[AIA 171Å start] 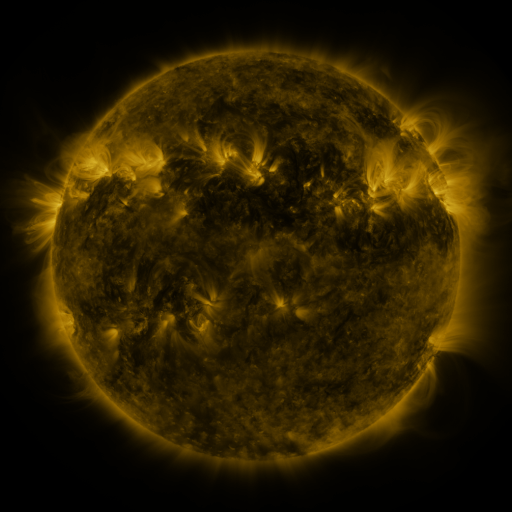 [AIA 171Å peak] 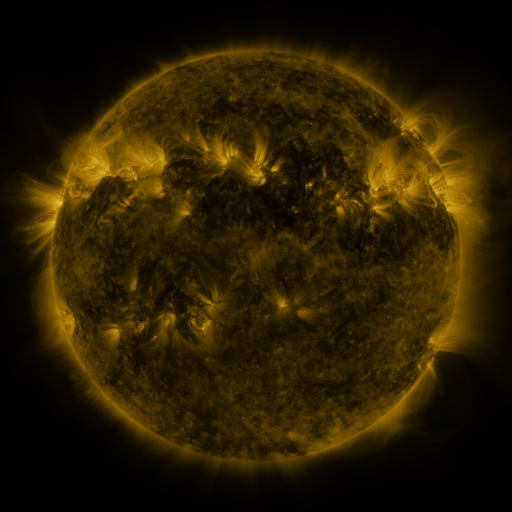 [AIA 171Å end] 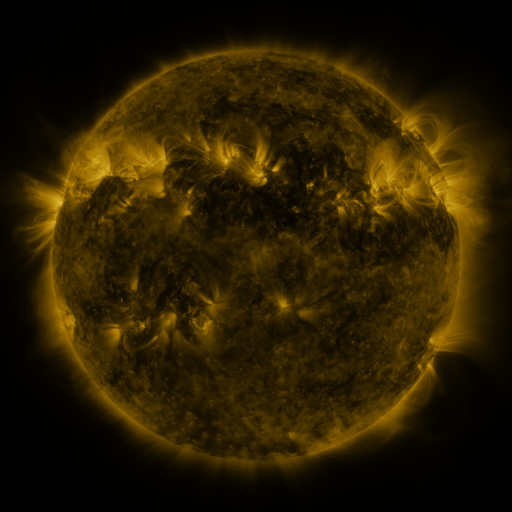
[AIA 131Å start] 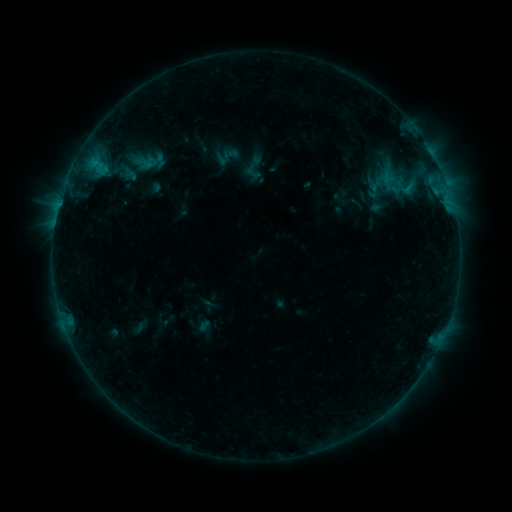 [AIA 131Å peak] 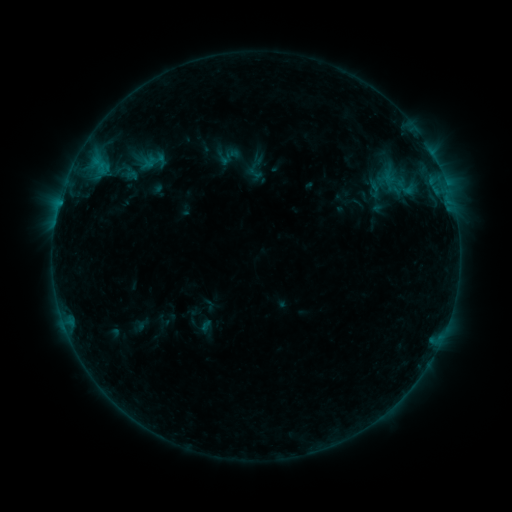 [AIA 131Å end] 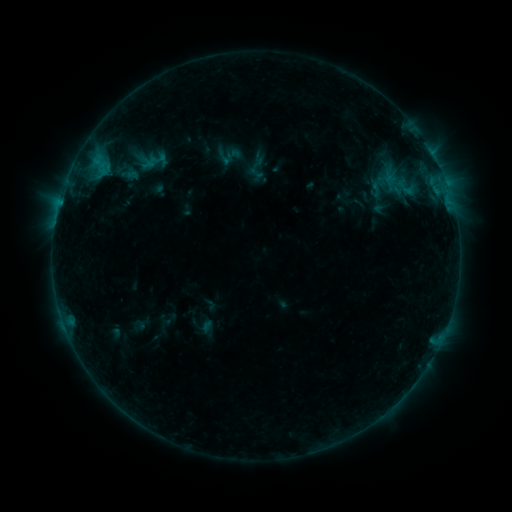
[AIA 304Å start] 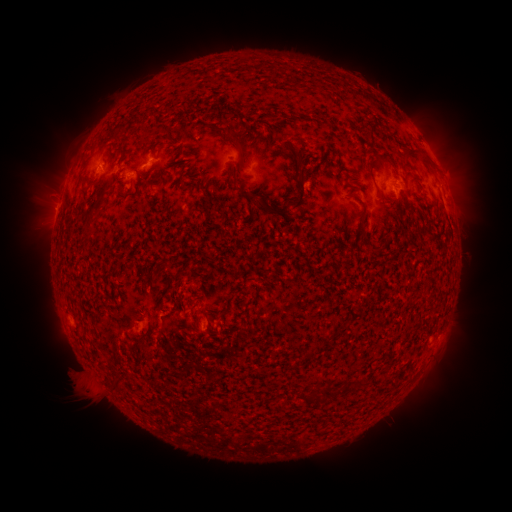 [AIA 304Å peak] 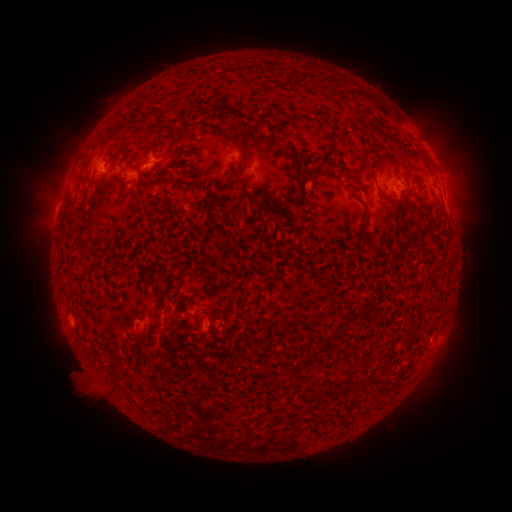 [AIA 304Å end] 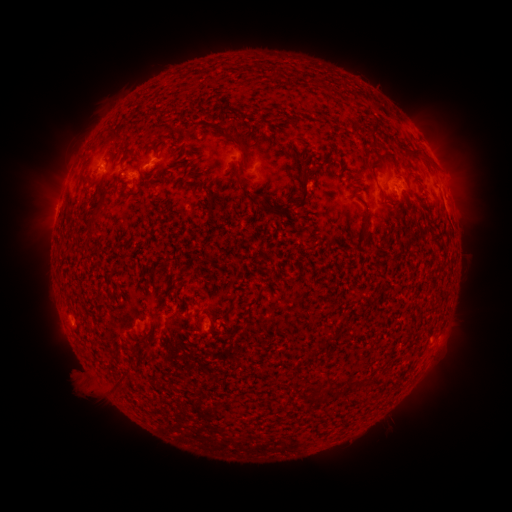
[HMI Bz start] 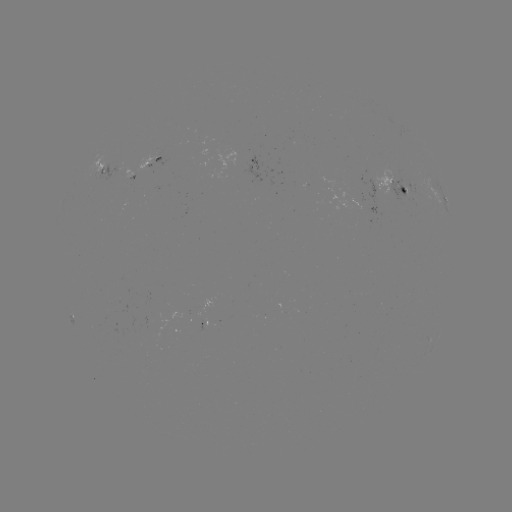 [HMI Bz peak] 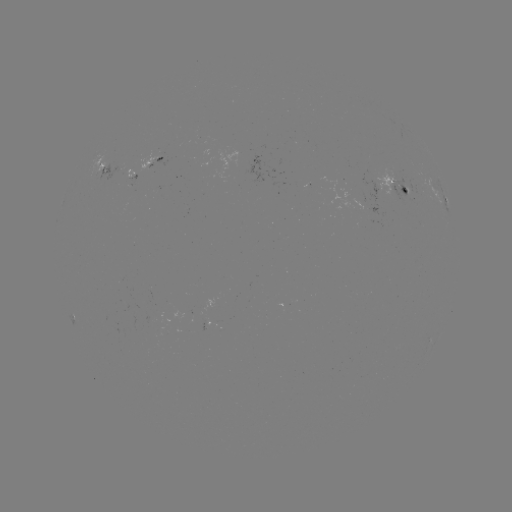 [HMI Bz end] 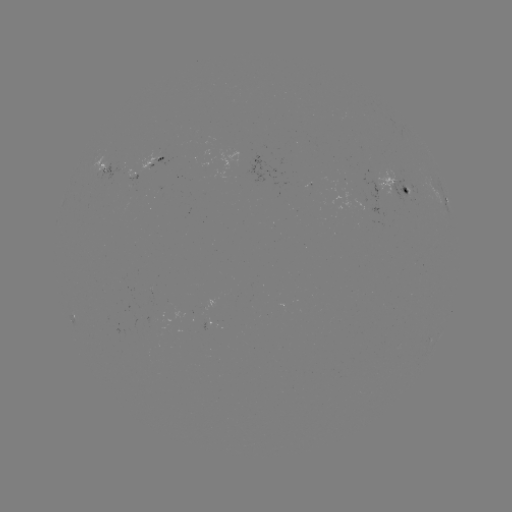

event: emerging-flux region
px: (376, 189)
